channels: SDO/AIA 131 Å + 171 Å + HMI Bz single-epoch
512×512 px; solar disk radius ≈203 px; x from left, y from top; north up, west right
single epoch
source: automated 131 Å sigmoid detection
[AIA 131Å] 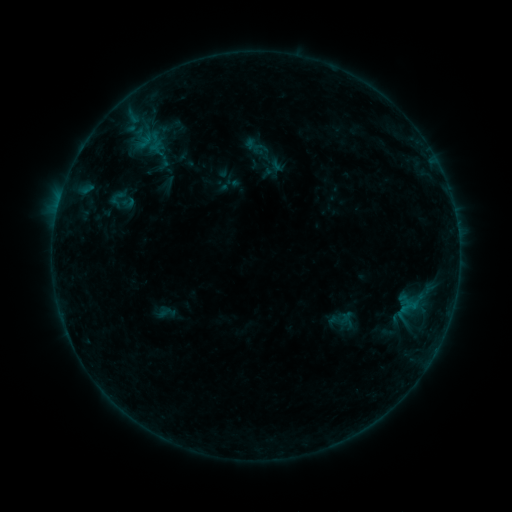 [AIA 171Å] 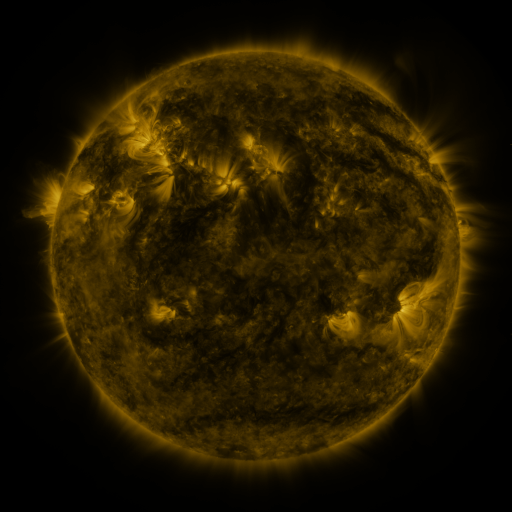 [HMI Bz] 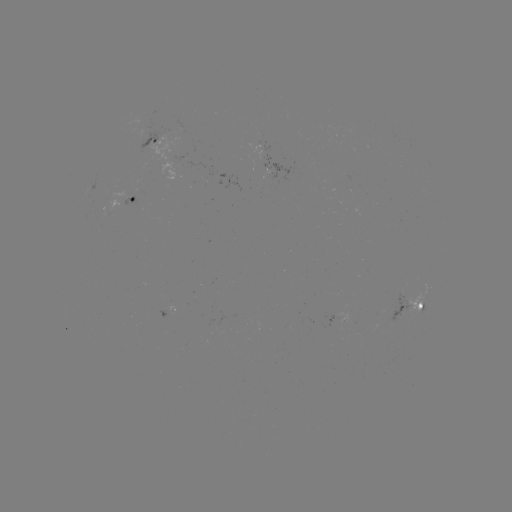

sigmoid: <bbox>108, 189, 127, 209</bbox>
